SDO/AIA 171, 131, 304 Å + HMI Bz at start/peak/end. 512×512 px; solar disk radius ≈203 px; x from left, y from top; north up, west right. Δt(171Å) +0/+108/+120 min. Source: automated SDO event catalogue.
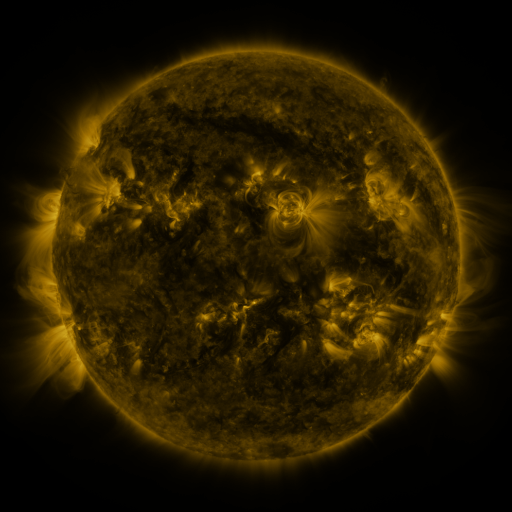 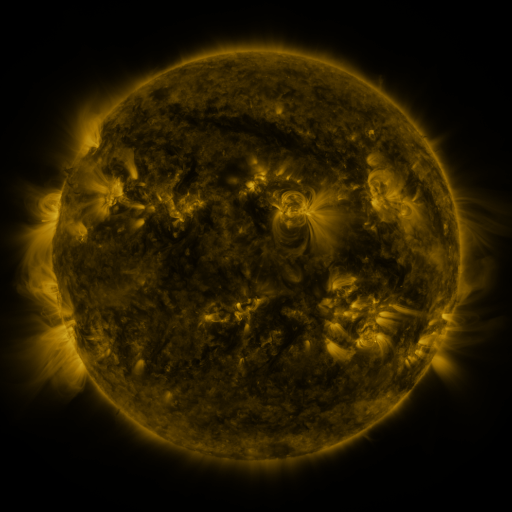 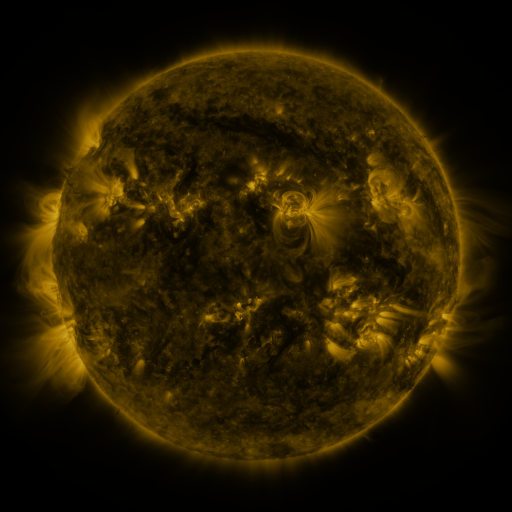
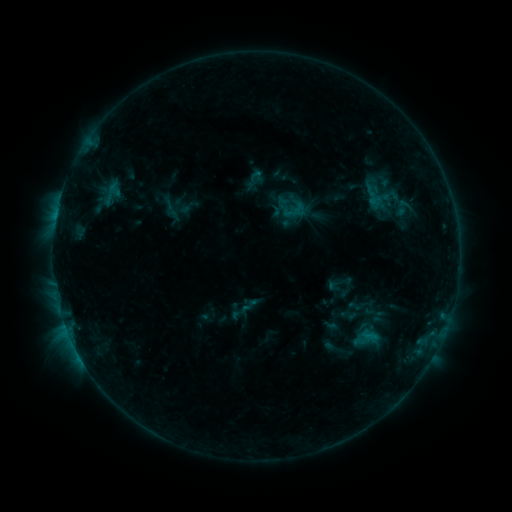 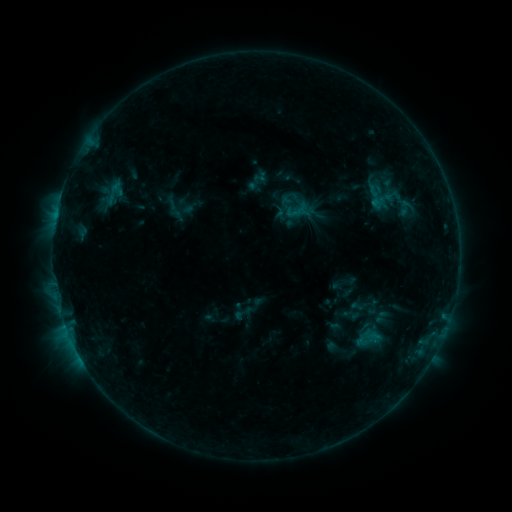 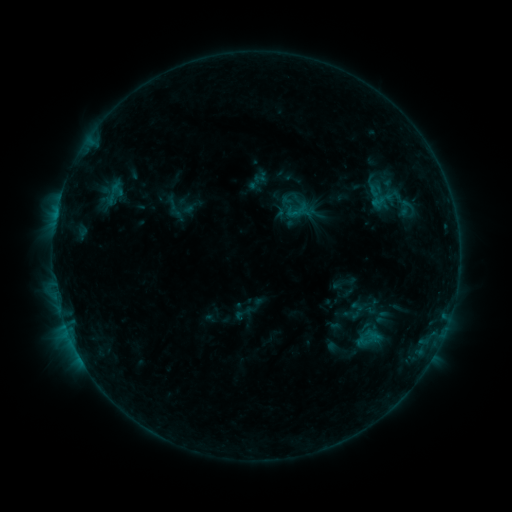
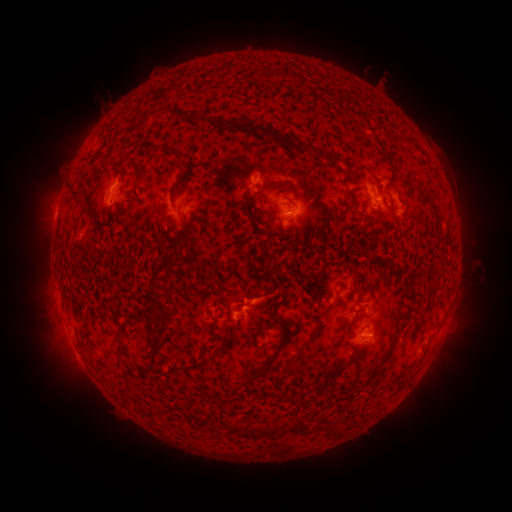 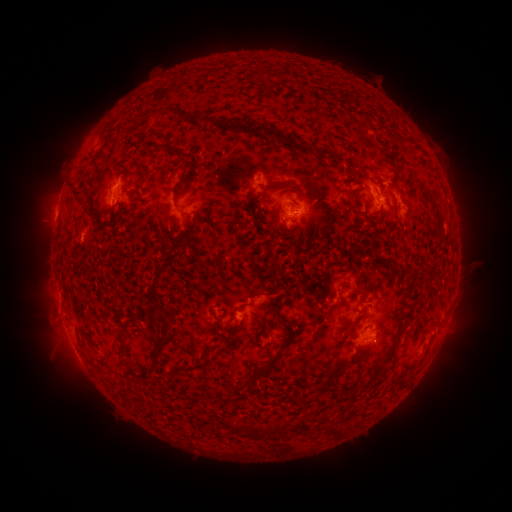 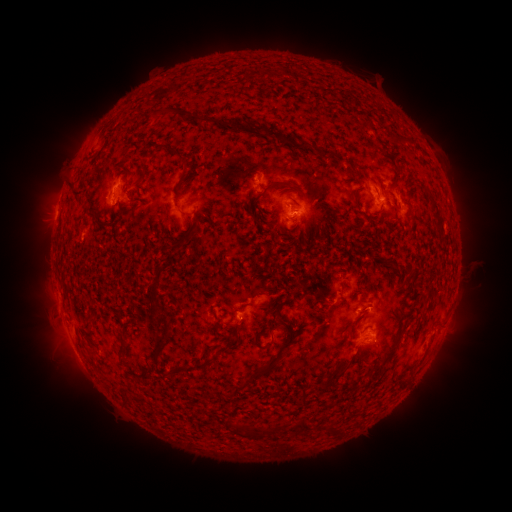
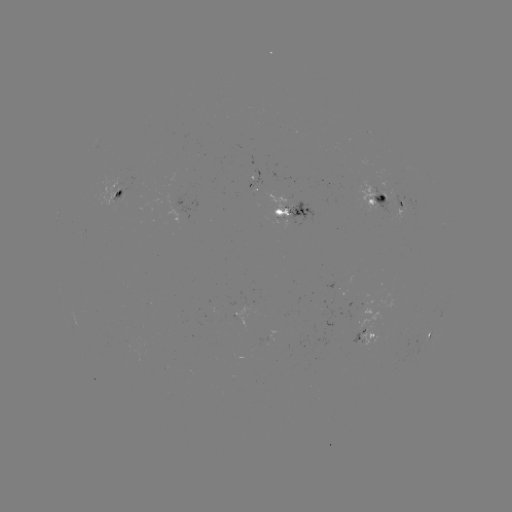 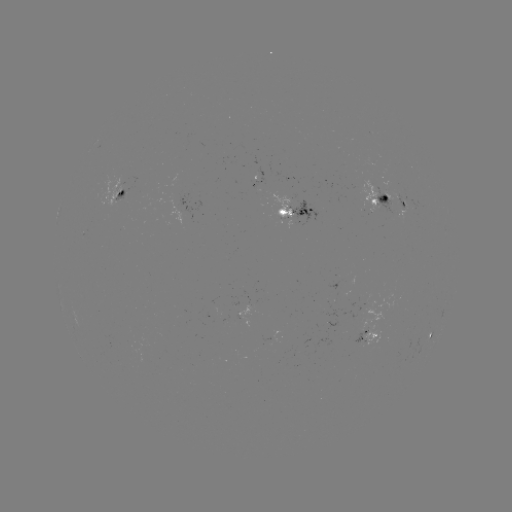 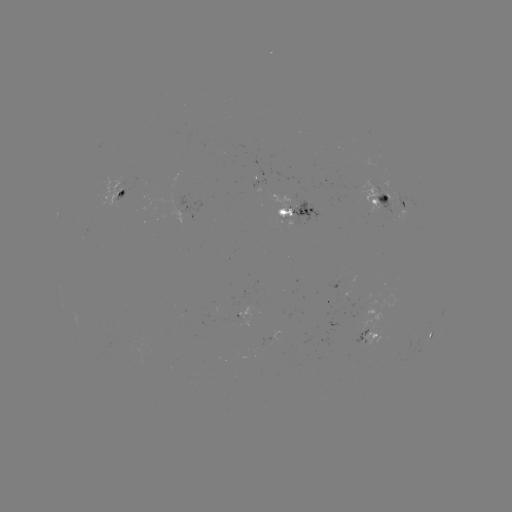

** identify emerging-flux region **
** [281, 214] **